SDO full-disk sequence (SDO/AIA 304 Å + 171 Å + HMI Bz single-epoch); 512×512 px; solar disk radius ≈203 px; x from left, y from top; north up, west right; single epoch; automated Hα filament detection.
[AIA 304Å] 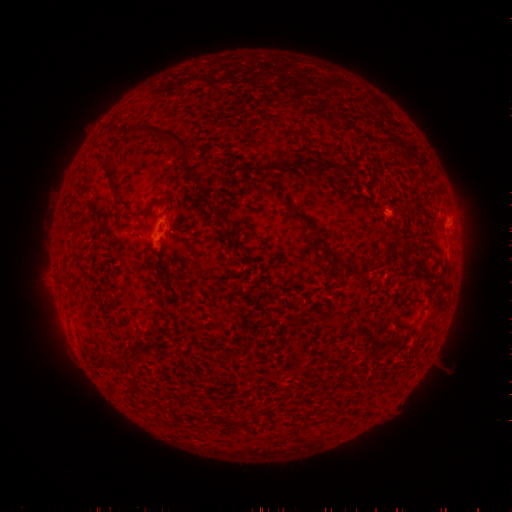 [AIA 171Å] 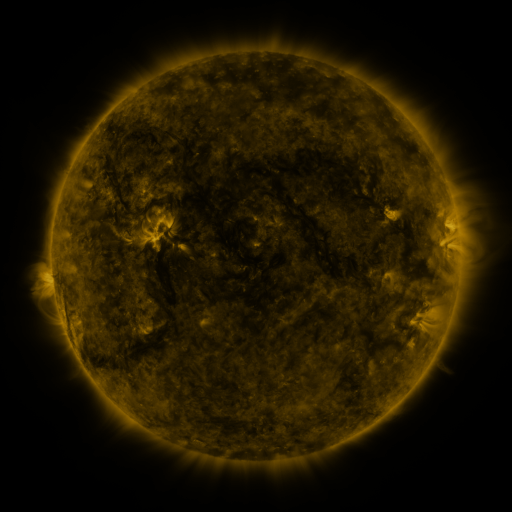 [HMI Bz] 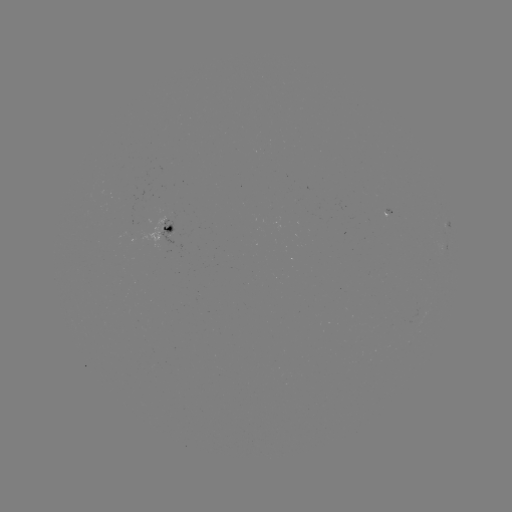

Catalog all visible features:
filament: <bbox>144, 124, 188, 154</bbox>
filament: <bbox>265, 161, 309, 175</bbox>
filament: <bbox>312, 164, 340, 174</bbox>
filament: <bbox>104, 167, 121, 197</bbox>
filament: <bbox>154, 196, 172, 215</bbox>
filament: <bbox>213, 205, 238, 226</bbox>
filament: <bbox>292, 211, 314, 228</bbox>
filament: <bbox>164, 224, 173, 233</bbox>
filament: <bbox>314, 237, 326, 246</bbox>
filament: <bbox>378, 243, 393, 268</bbox>
filament: <bbox>325, 252, 336, 259</bbox>
filament: <bbox>368, 266, 378, 276</bbox>
filament: <bbox>361, 407, 373, 418</bbox>
